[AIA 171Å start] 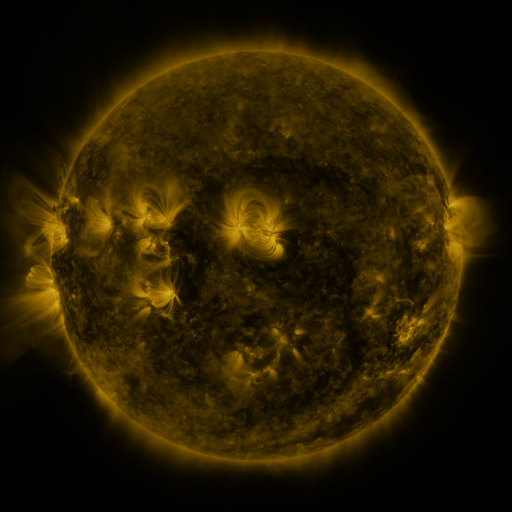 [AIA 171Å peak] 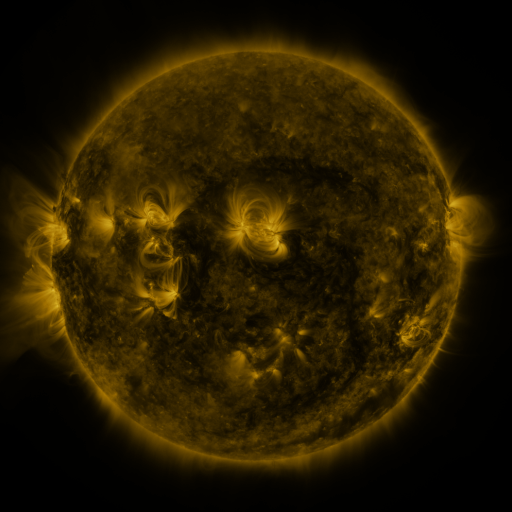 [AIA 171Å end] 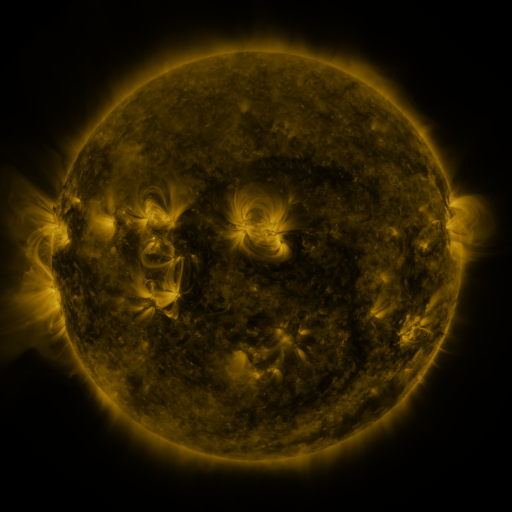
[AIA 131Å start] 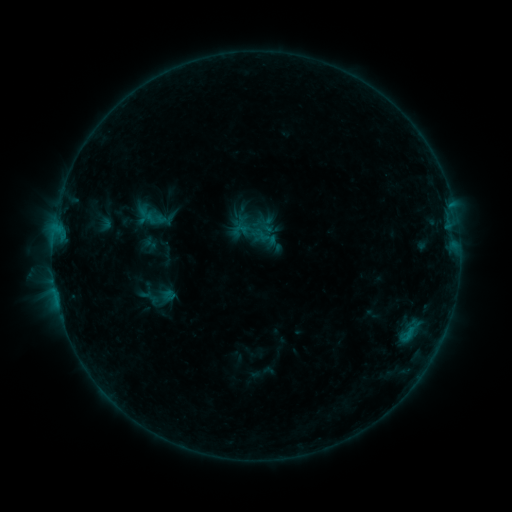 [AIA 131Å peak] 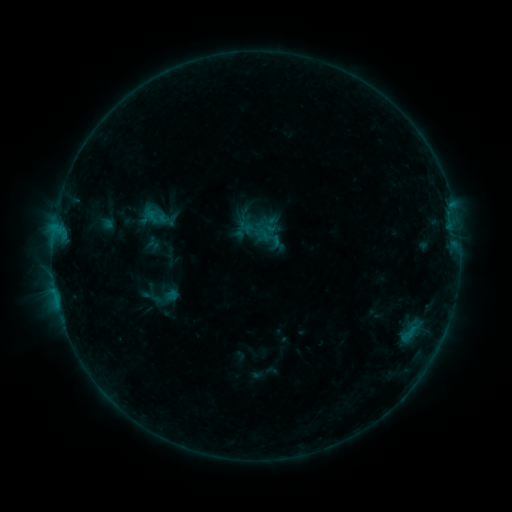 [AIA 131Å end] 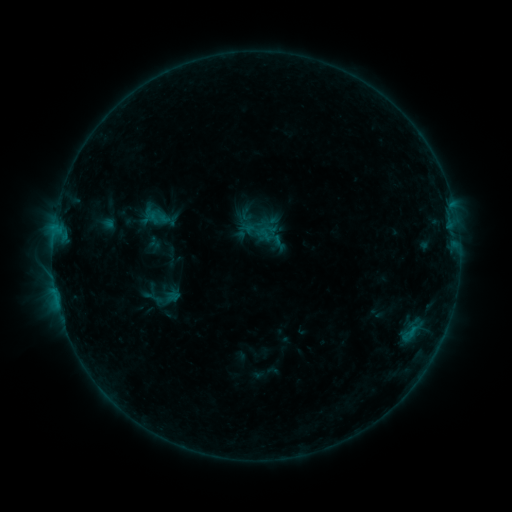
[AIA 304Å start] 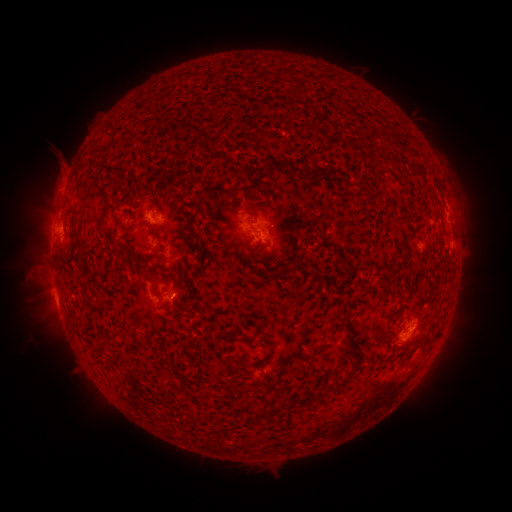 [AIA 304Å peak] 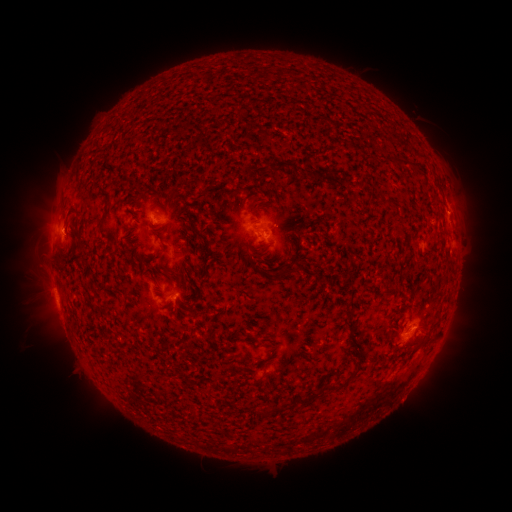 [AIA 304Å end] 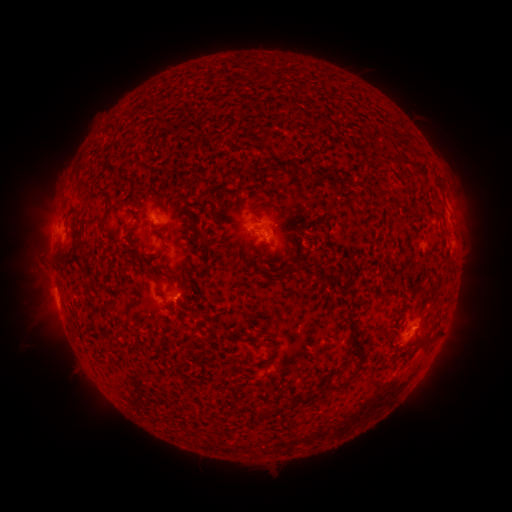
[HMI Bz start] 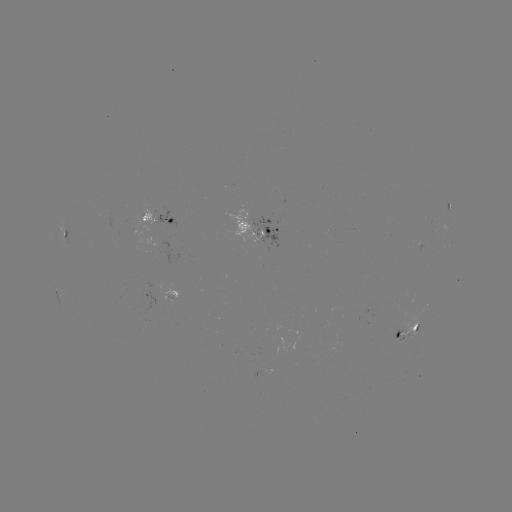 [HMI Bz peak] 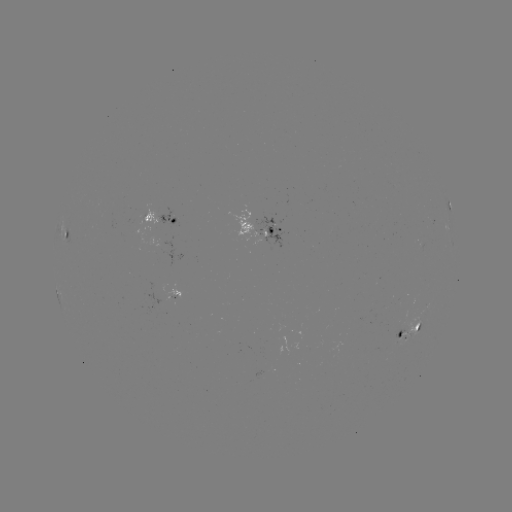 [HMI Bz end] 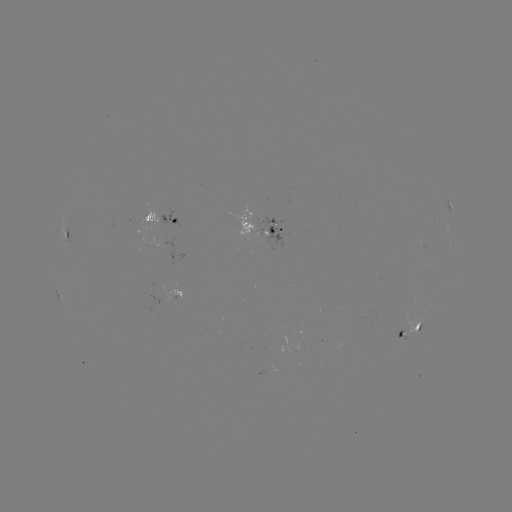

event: emerging-flux region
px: (421, 240)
